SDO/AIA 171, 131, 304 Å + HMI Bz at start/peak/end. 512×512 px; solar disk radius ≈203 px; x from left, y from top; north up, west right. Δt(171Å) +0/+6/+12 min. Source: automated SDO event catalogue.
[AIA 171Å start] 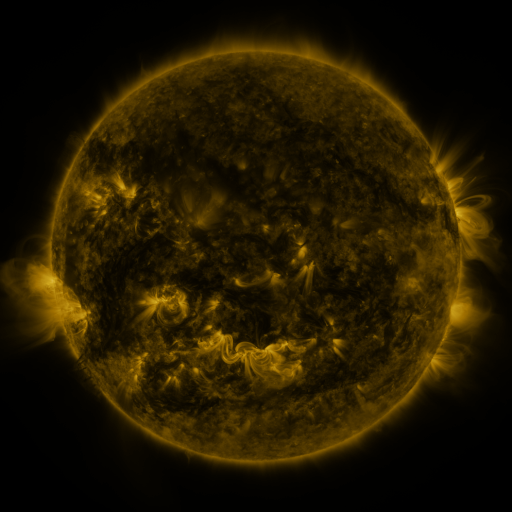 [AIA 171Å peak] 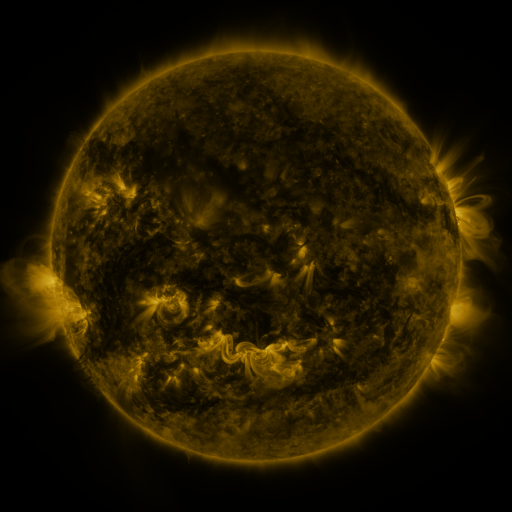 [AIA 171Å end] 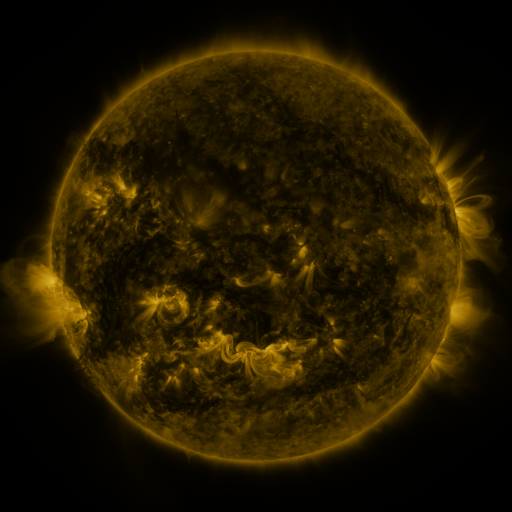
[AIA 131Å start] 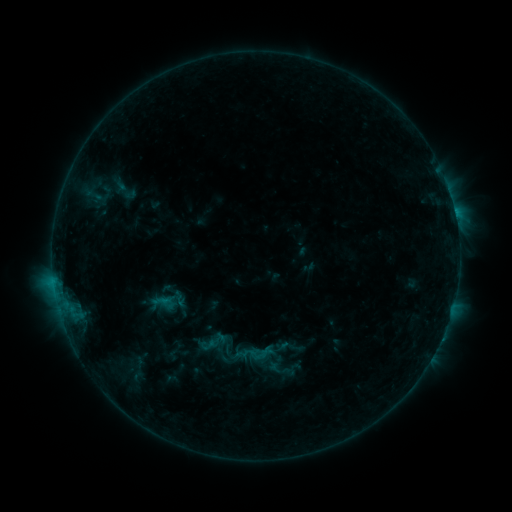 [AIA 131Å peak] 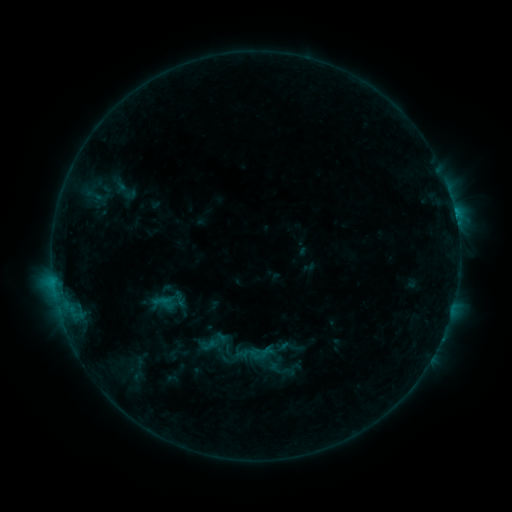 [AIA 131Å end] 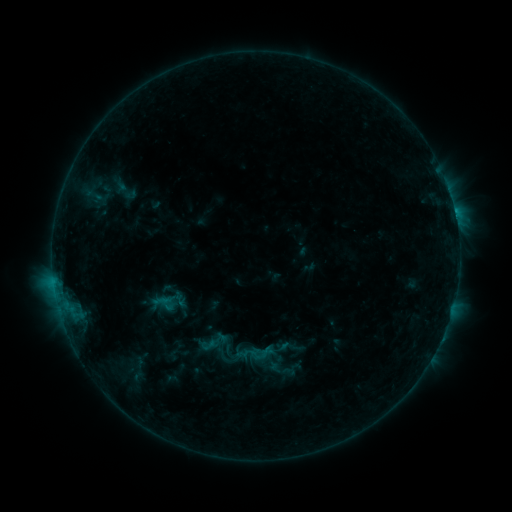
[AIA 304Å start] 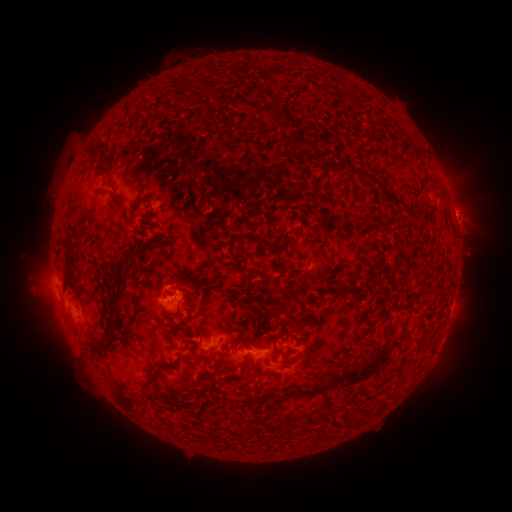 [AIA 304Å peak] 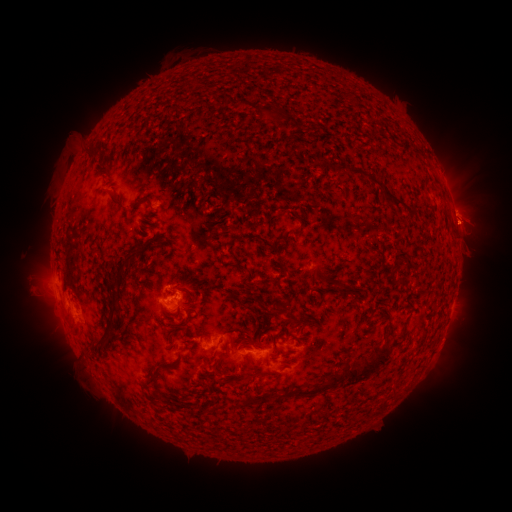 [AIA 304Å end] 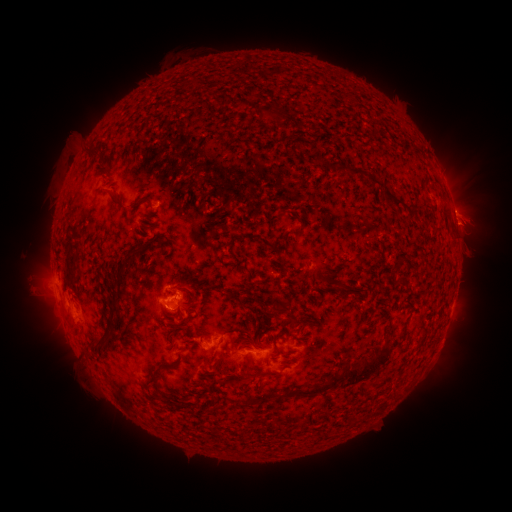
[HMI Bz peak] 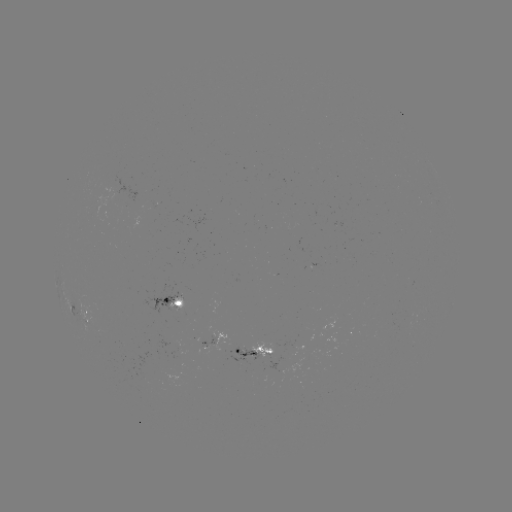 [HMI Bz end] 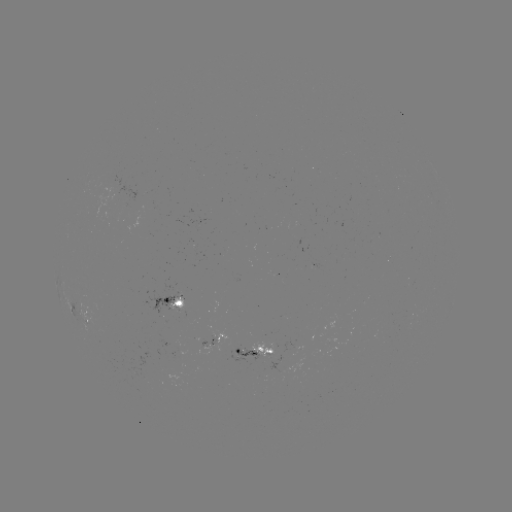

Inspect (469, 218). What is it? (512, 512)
eruption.